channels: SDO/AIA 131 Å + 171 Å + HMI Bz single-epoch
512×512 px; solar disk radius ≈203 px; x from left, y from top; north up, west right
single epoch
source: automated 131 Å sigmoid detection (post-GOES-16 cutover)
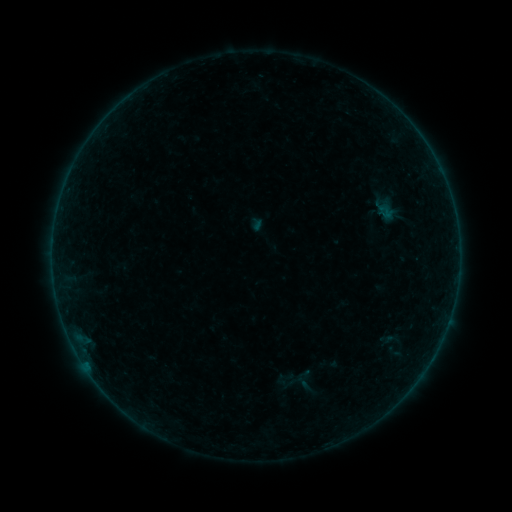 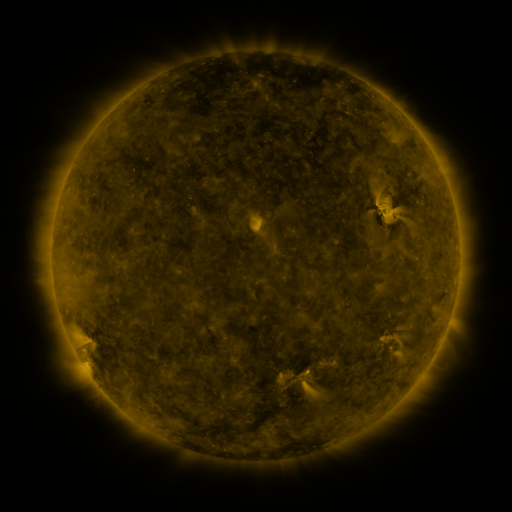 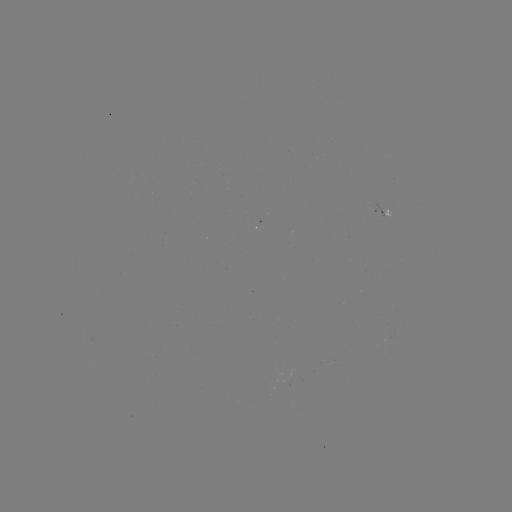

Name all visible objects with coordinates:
sigmoid: (385, 211)
